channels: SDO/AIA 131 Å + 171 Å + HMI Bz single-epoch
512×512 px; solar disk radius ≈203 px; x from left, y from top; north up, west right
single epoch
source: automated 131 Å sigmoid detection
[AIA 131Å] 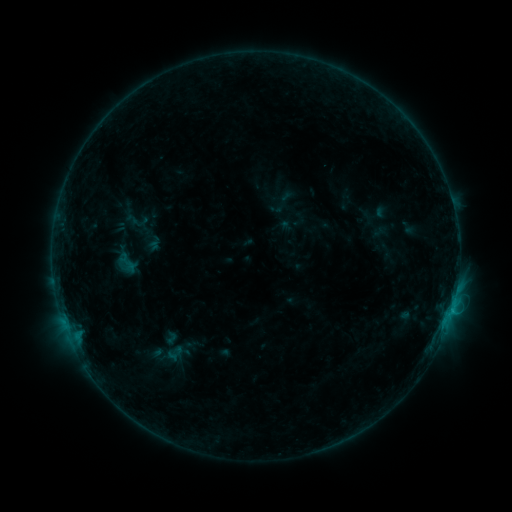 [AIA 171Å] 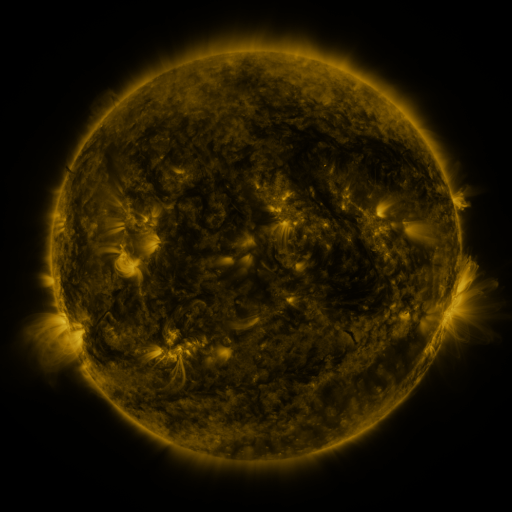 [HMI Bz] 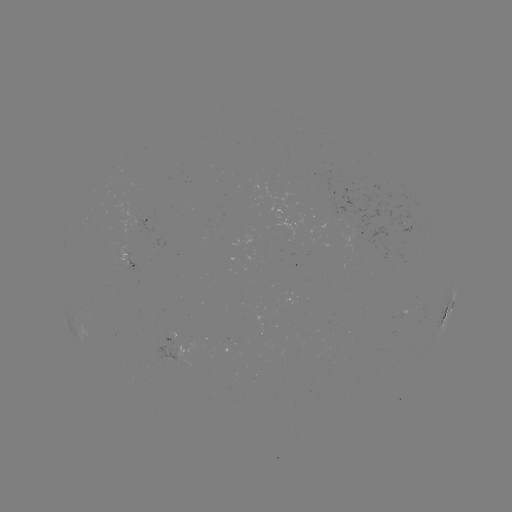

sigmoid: [125, 206, 150, 235]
